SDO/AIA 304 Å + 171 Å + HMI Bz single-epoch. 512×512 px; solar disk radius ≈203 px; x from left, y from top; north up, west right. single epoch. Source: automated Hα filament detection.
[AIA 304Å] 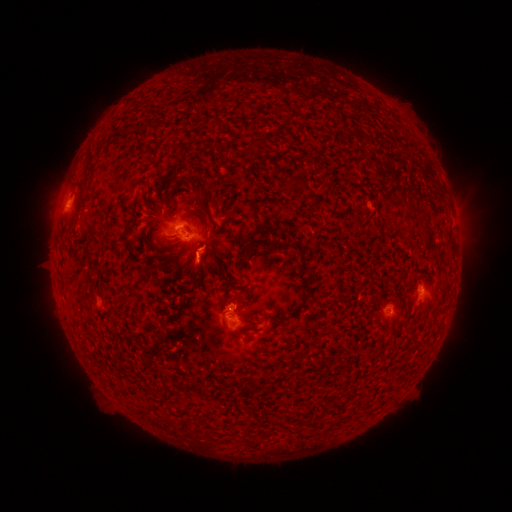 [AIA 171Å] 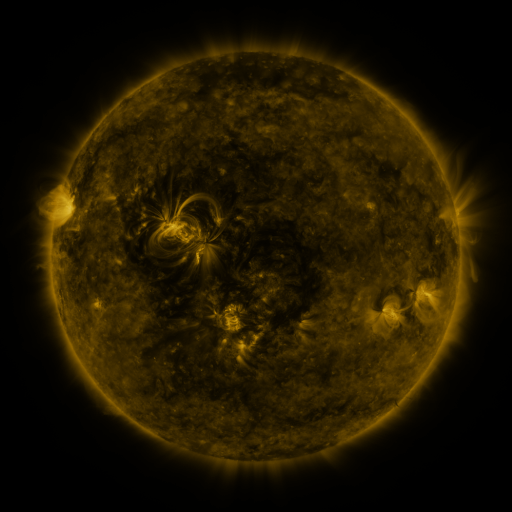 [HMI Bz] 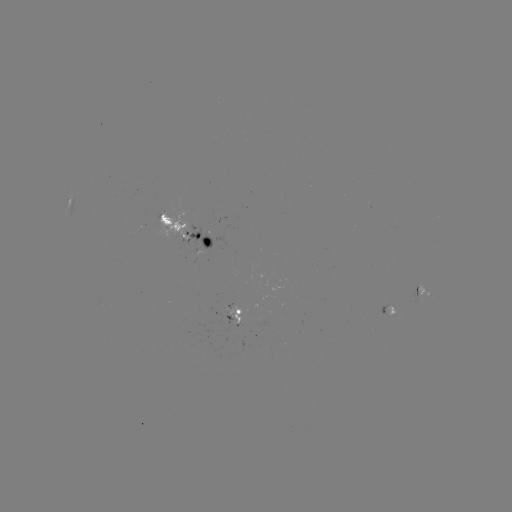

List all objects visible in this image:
filament: (164, 218)
filament: (251, 243)
filament: (199, 391)
